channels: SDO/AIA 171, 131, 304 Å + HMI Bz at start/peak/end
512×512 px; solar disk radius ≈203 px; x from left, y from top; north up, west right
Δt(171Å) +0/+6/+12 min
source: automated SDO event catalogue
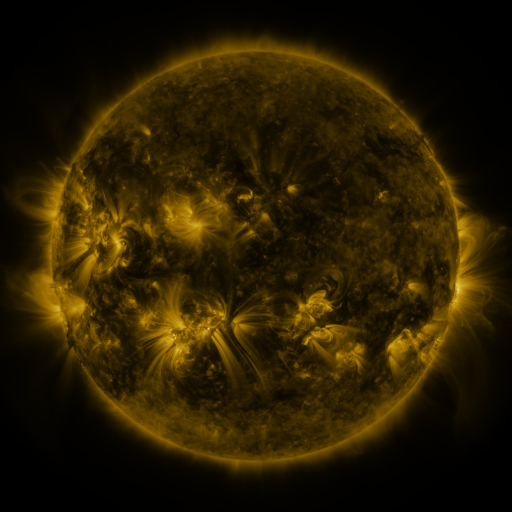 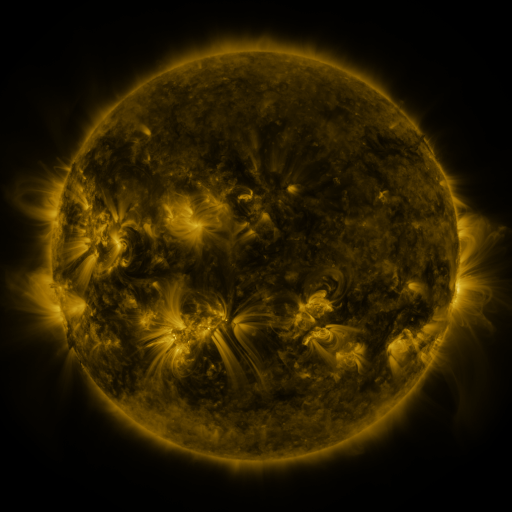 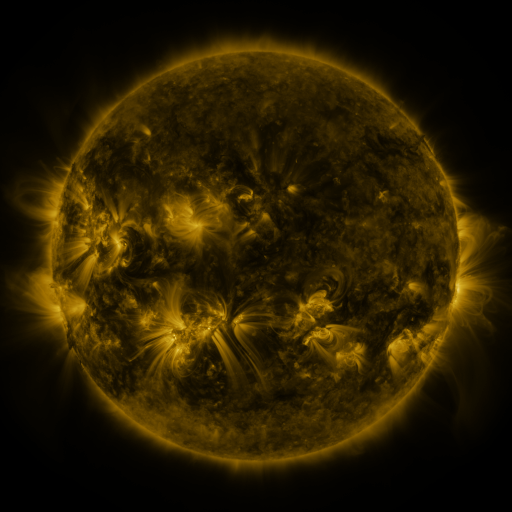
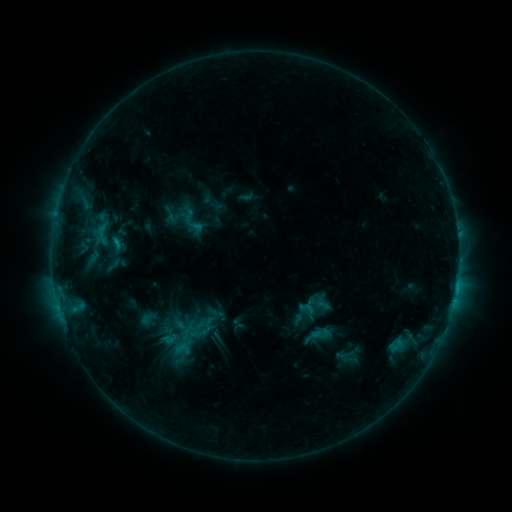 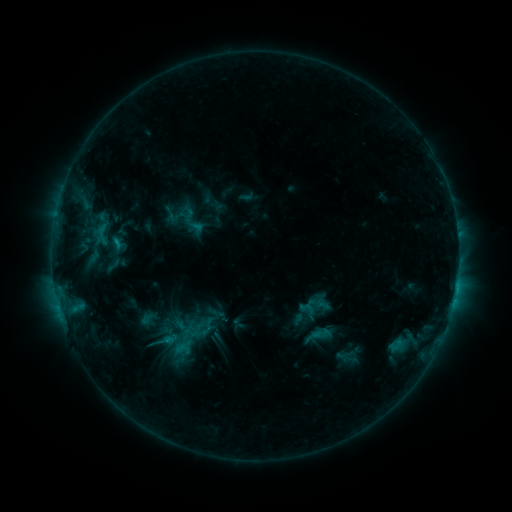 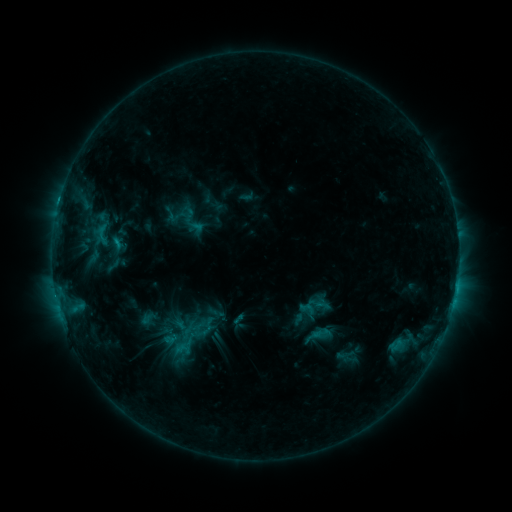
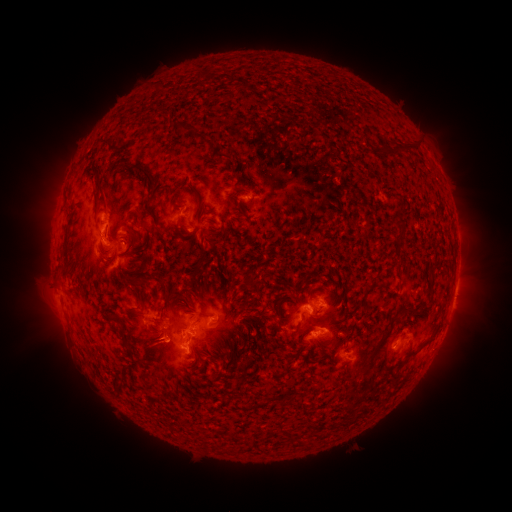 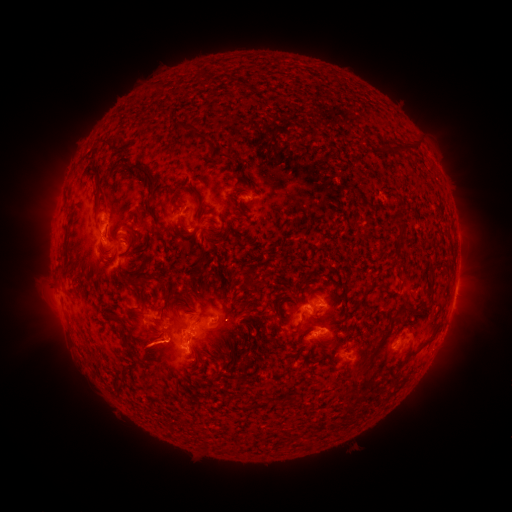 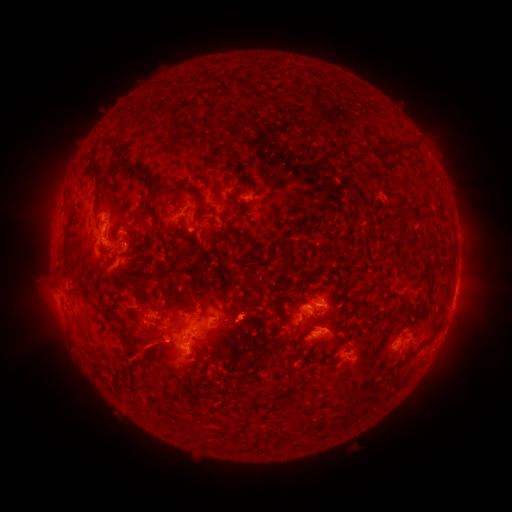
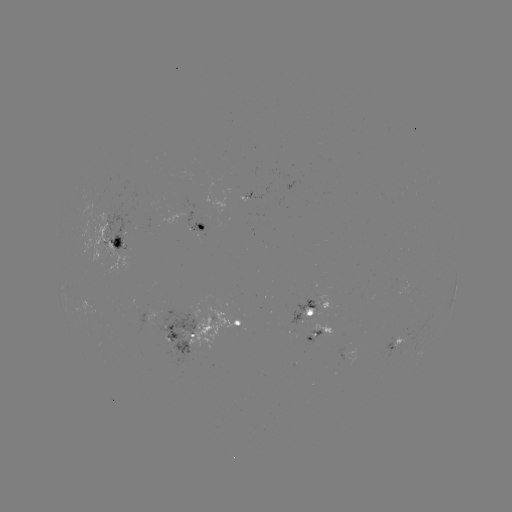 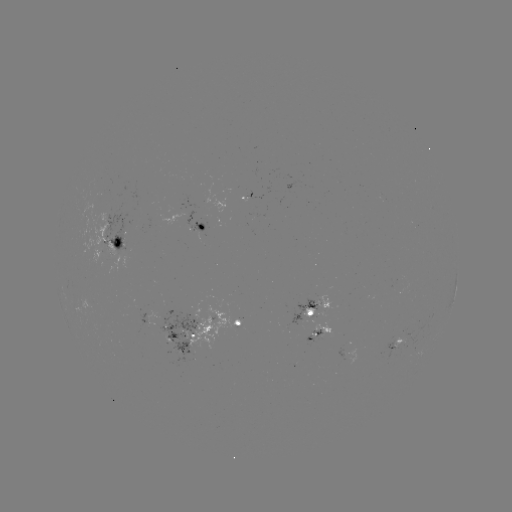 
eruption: <bbox>118, 329, 173, 377</bbox>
